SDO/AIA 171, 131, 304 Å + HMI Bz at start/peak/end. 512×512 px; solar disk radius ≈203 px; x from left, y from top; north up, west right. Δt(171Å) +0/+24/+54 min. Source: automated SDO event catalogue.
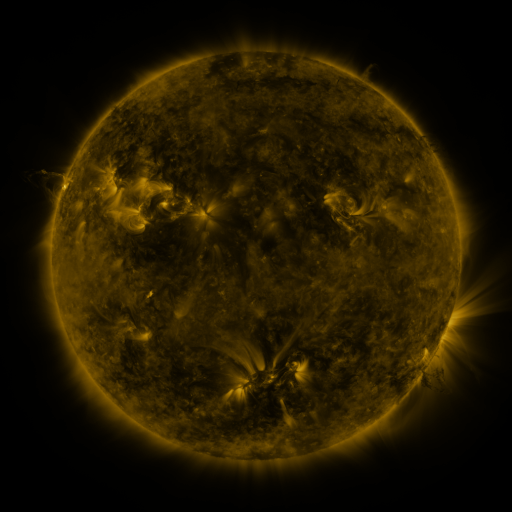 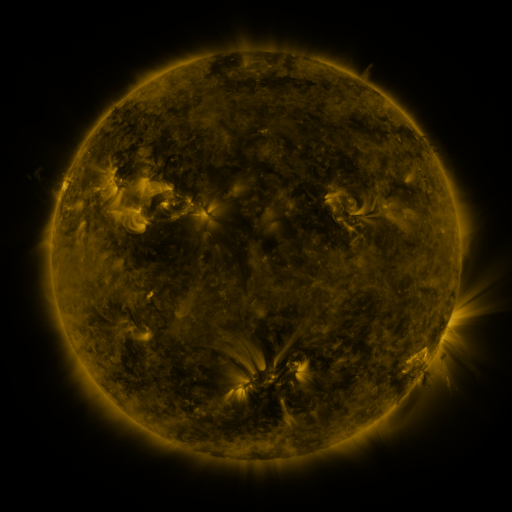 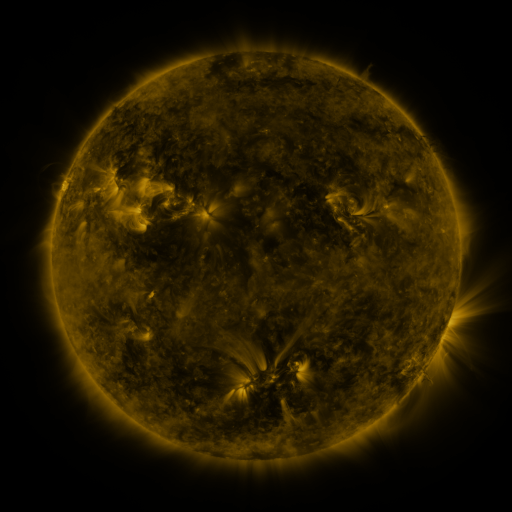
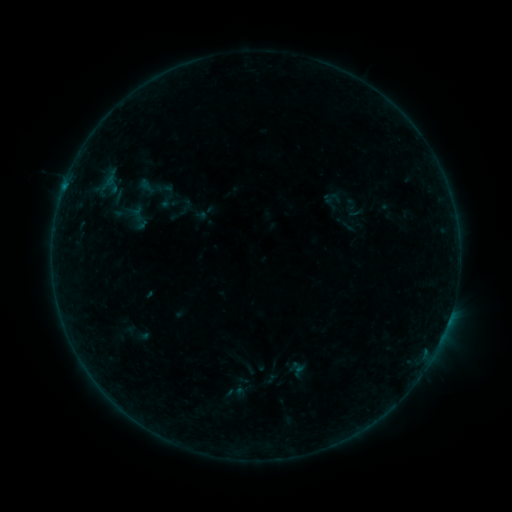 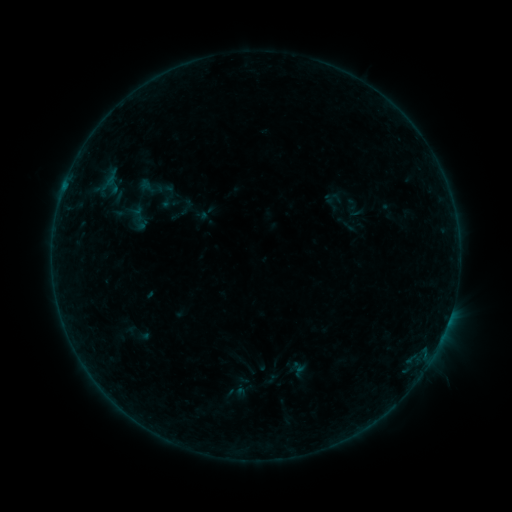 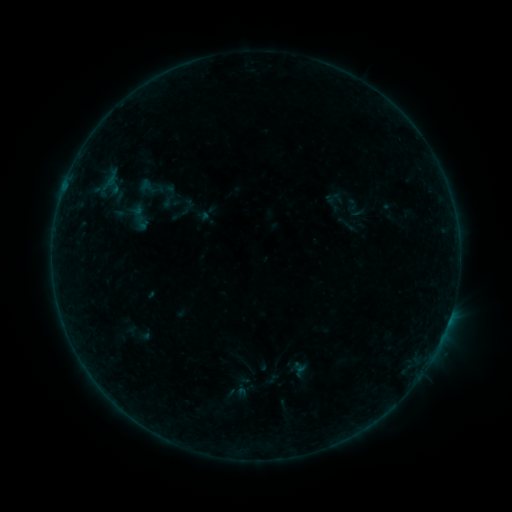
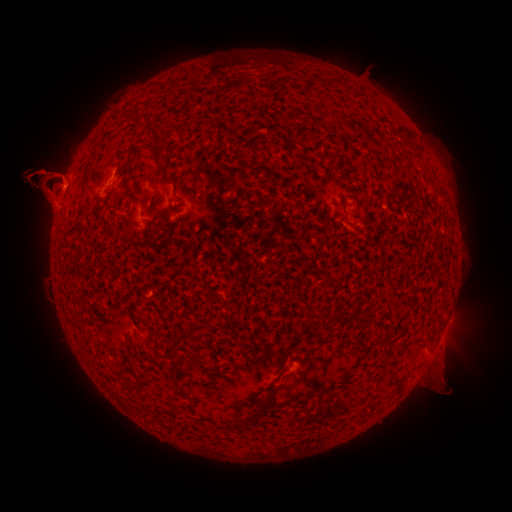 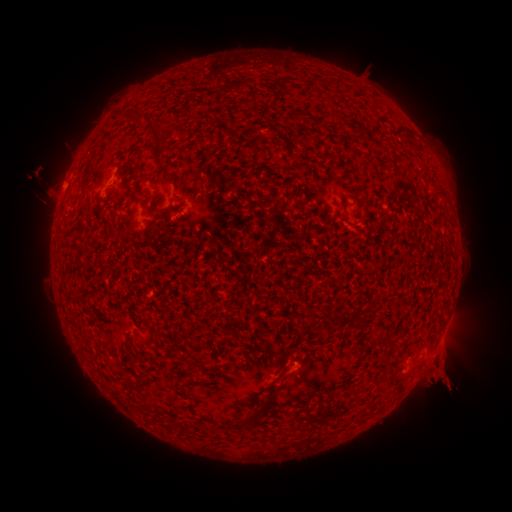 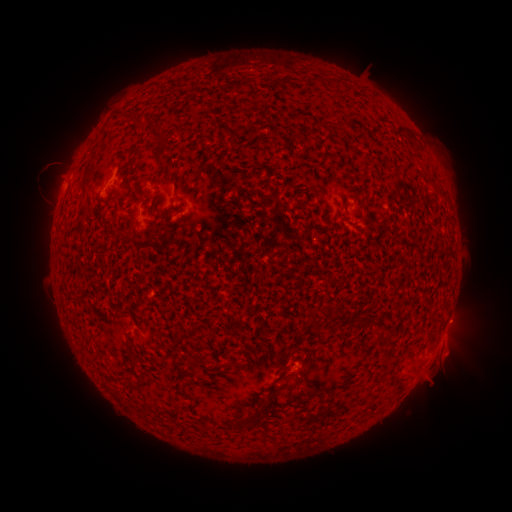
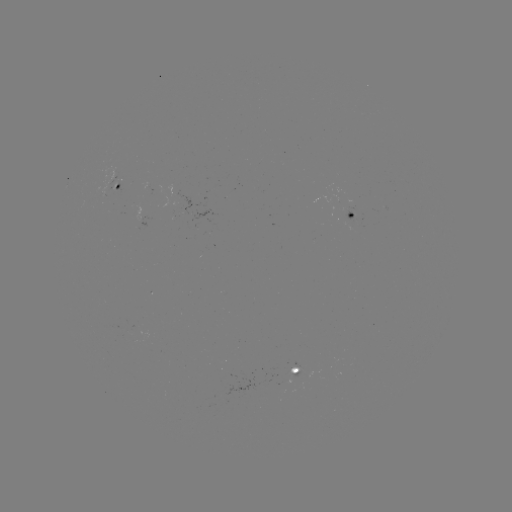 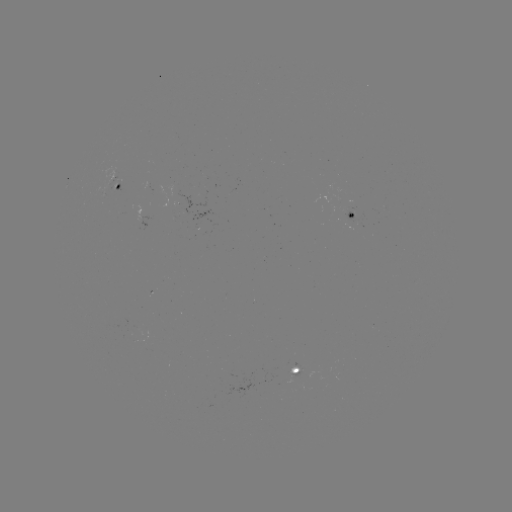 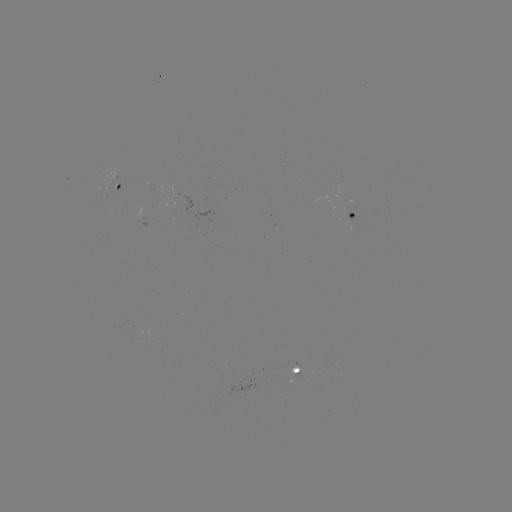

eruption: <bbox>0, 138, 81, 233</bbox>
